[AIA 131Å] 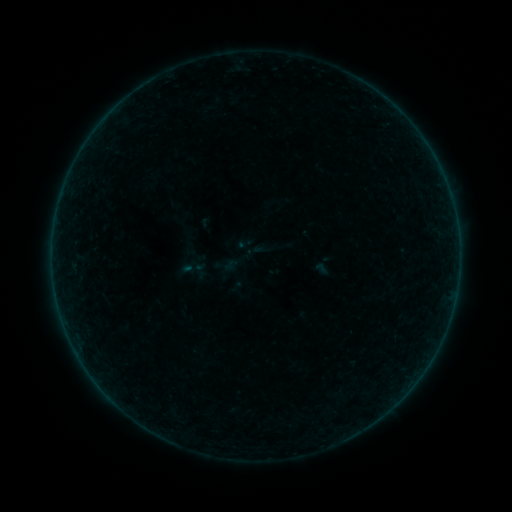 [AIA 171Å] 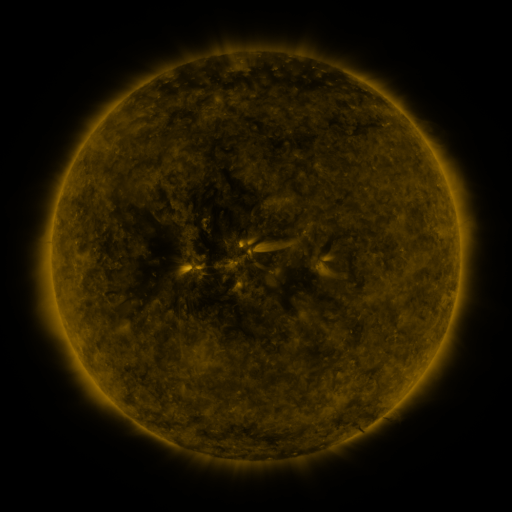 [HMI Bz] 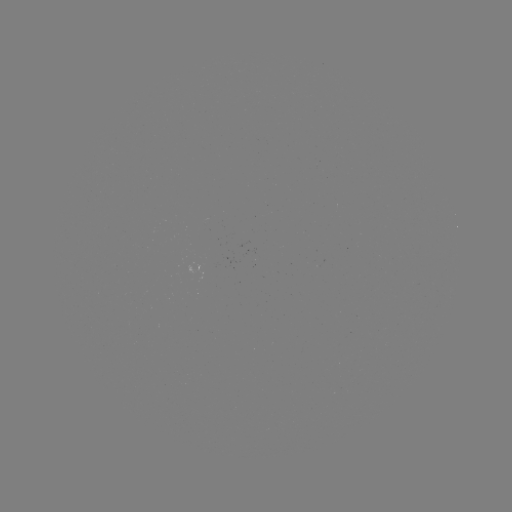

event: sigmoid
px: (191, 268)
